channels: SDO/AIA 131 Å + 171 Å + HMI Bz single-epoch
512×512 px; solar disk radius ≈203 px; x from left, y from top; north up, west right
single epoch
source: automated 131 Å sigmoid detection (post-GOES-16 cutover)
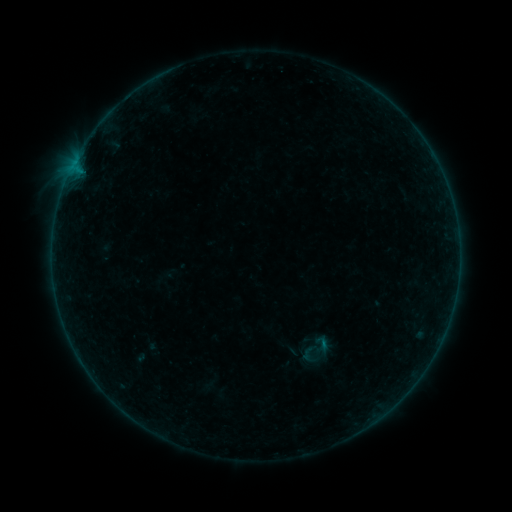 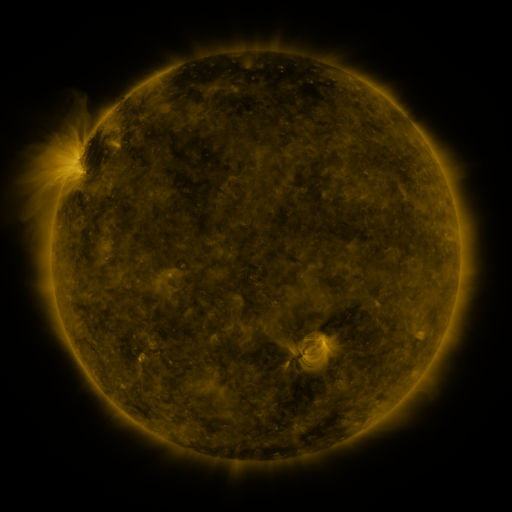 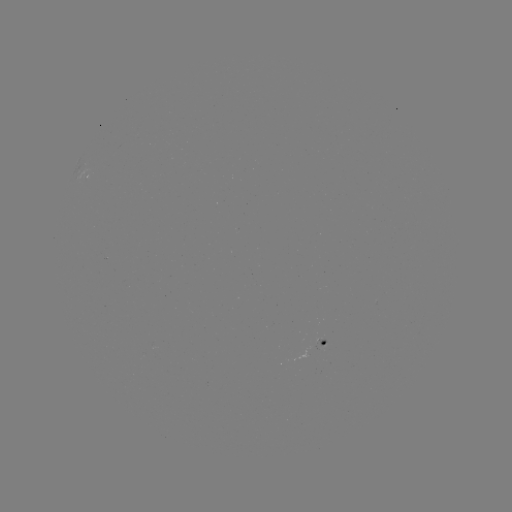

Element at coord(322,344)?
sigmoid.